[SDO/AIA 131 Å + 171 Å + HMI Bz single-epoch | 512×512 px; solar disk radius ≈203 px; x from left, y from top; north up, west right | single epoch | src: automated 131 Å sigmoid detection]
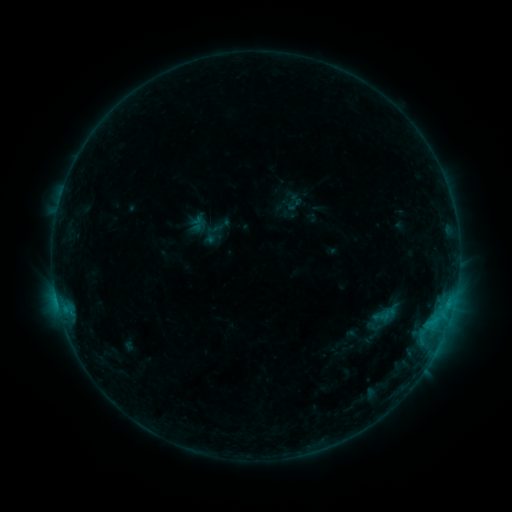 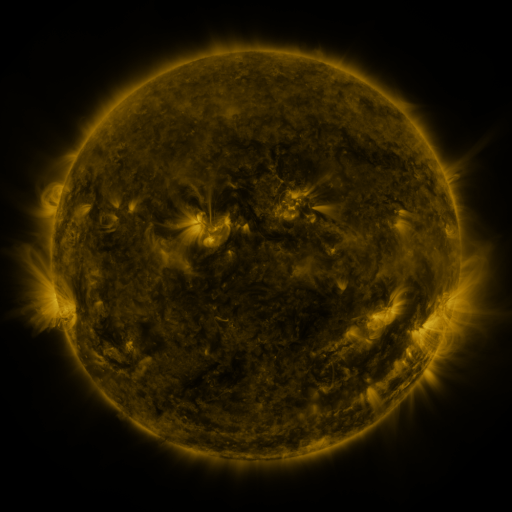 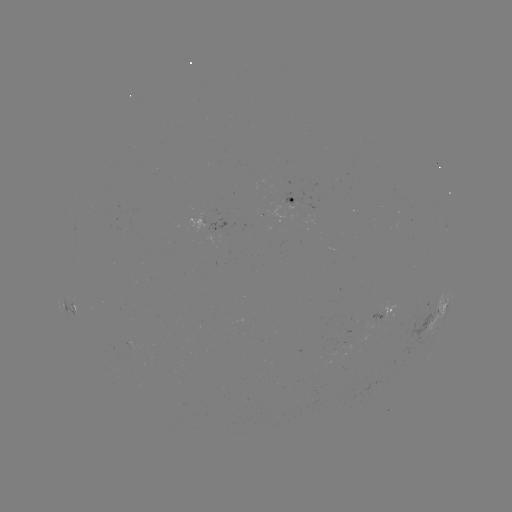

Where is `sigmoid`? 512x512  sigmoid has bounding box [372, 306, 391, 326].